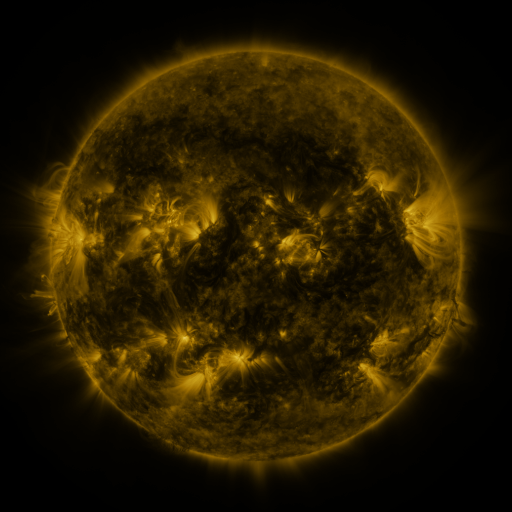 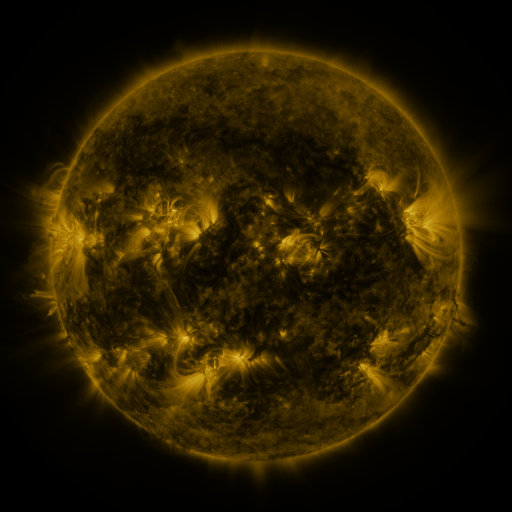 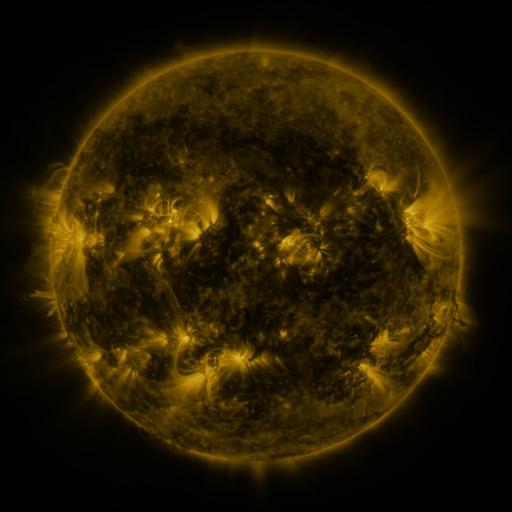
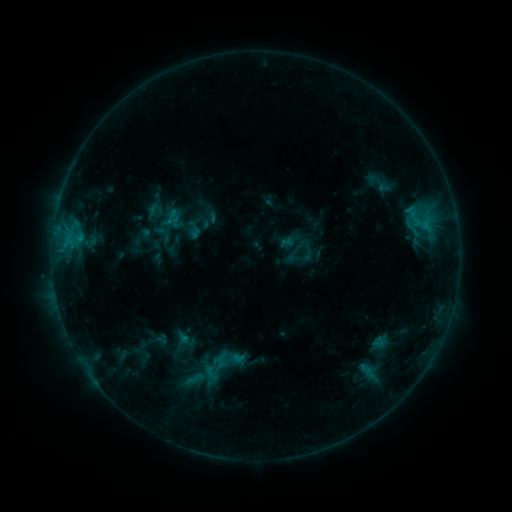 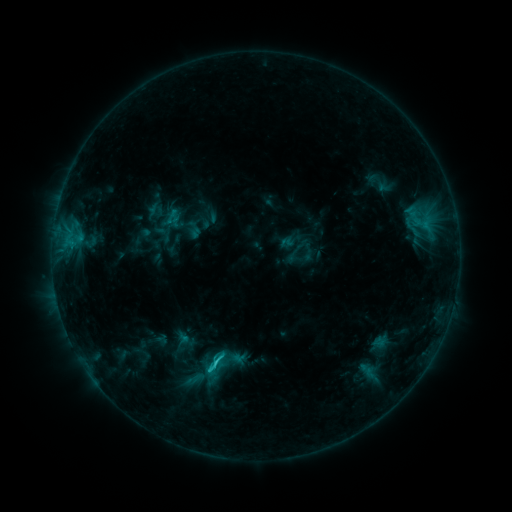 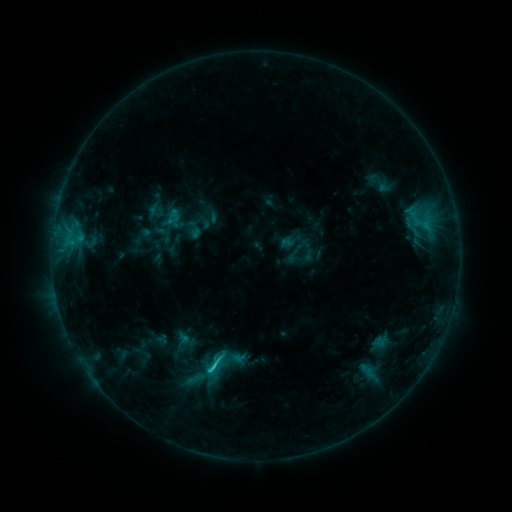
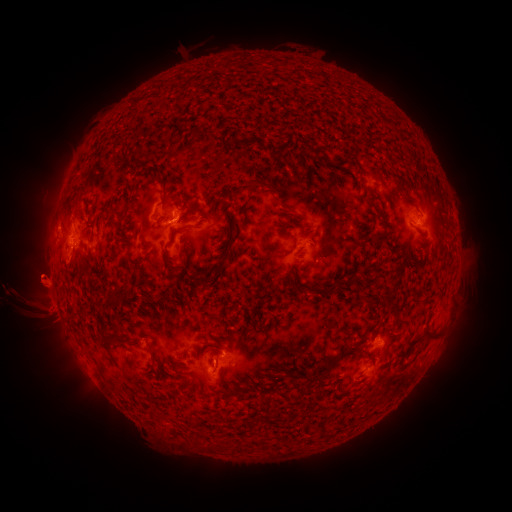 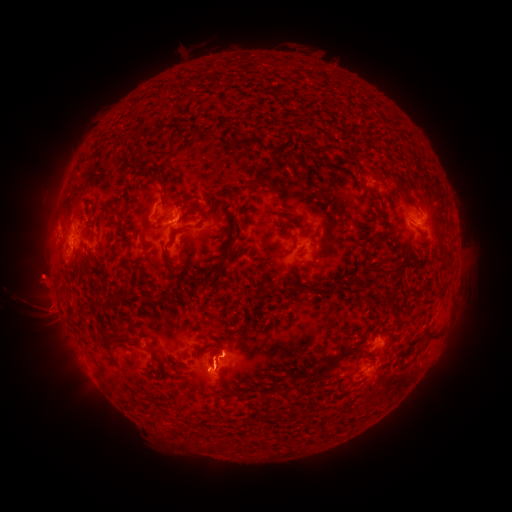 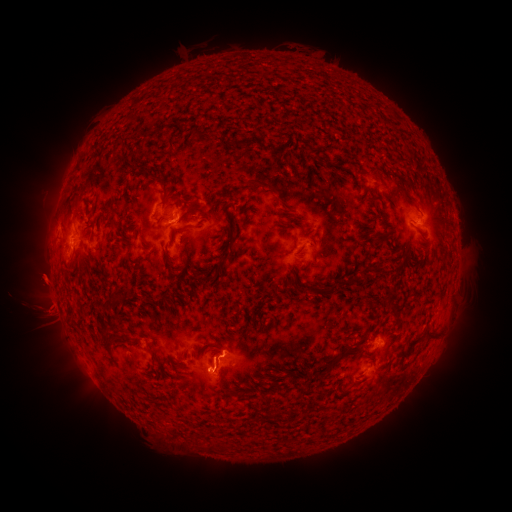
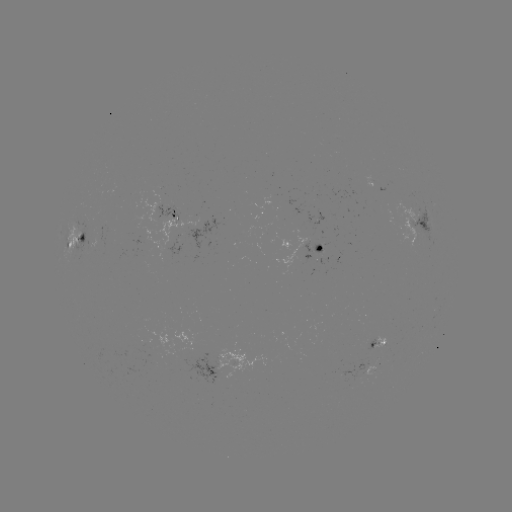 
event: flare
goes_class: C1.7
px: (223, 352)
